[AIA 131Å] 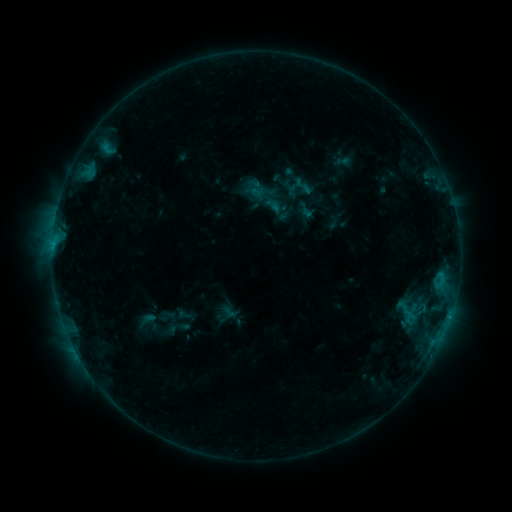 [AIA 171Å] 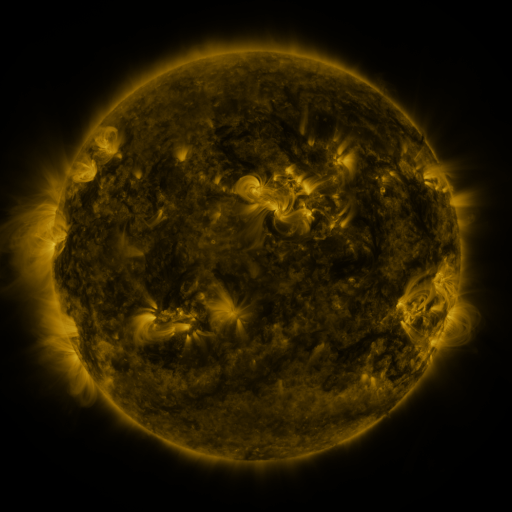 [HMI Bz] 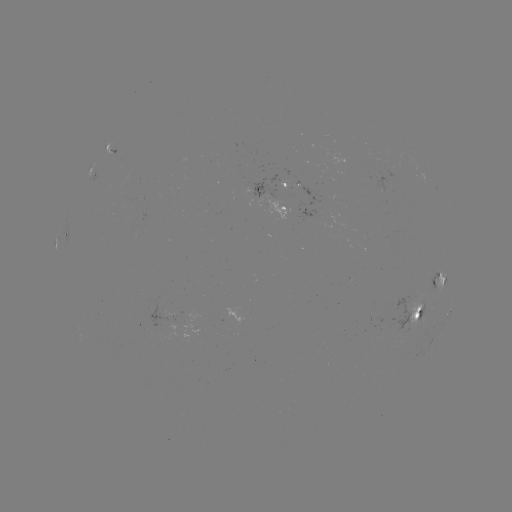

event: sigmoid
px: (303, 186)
